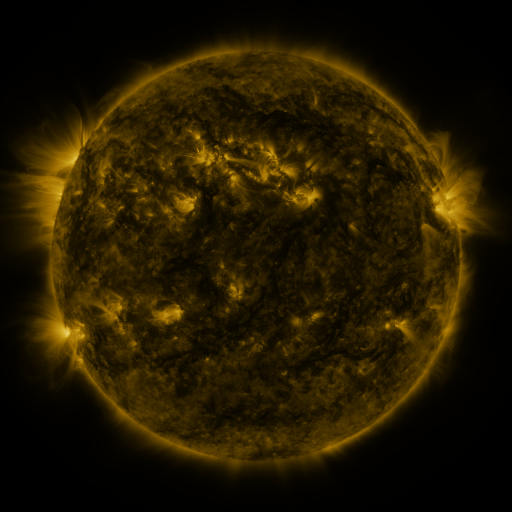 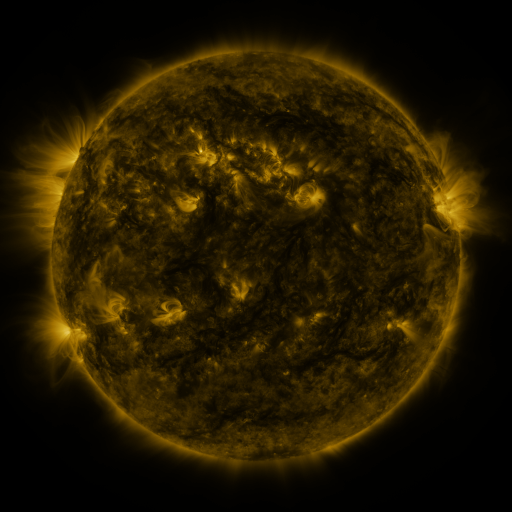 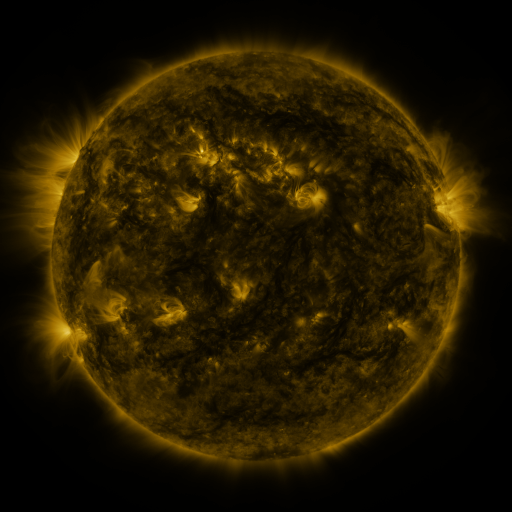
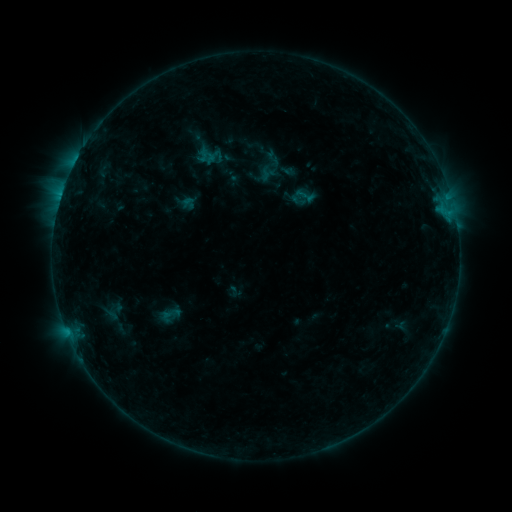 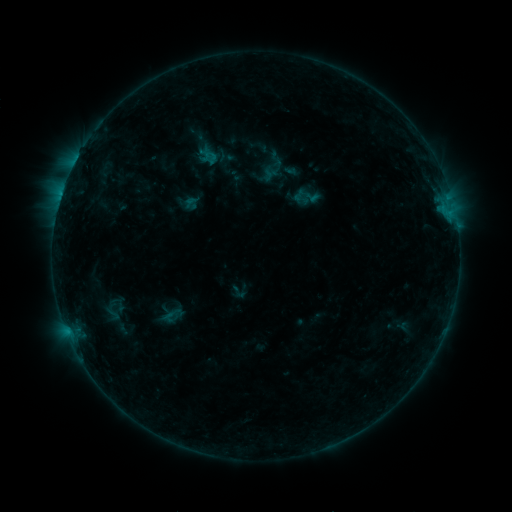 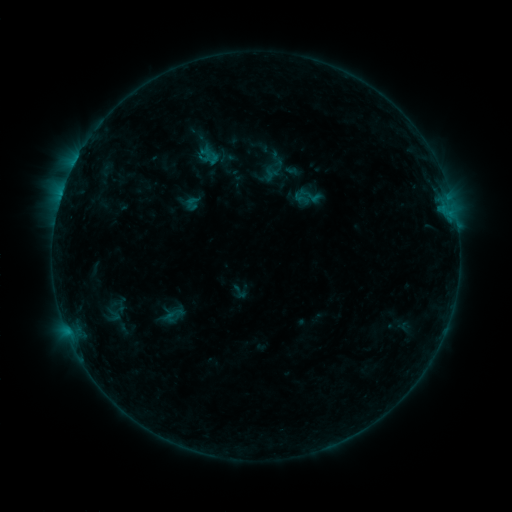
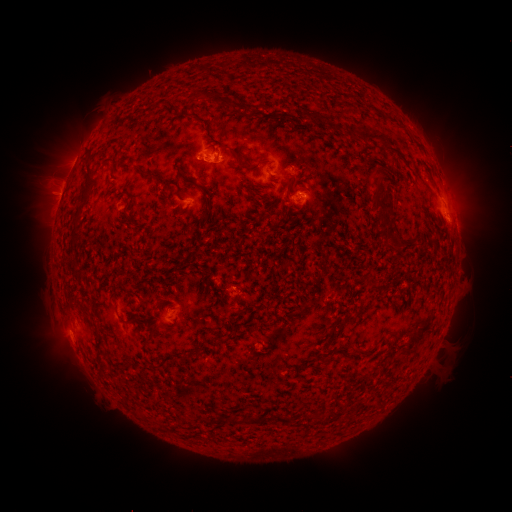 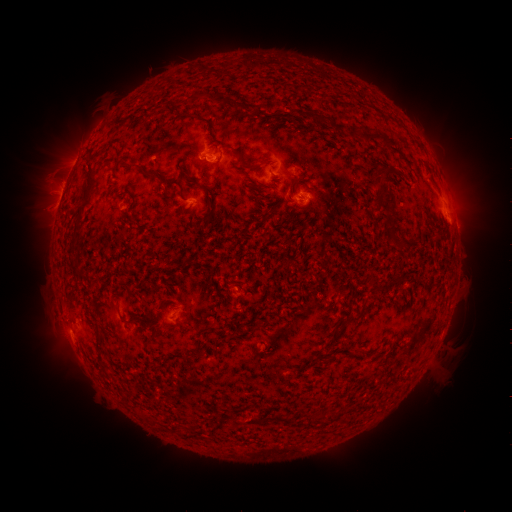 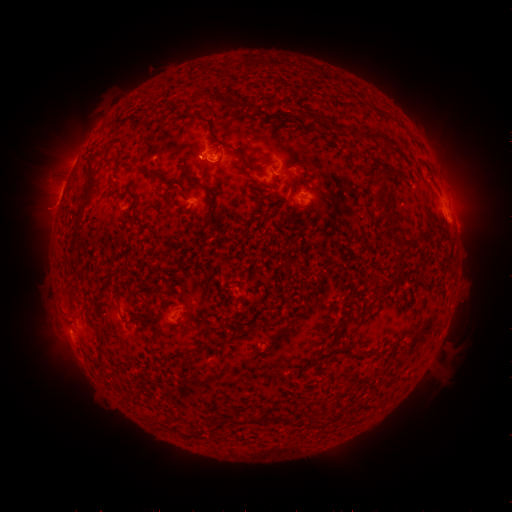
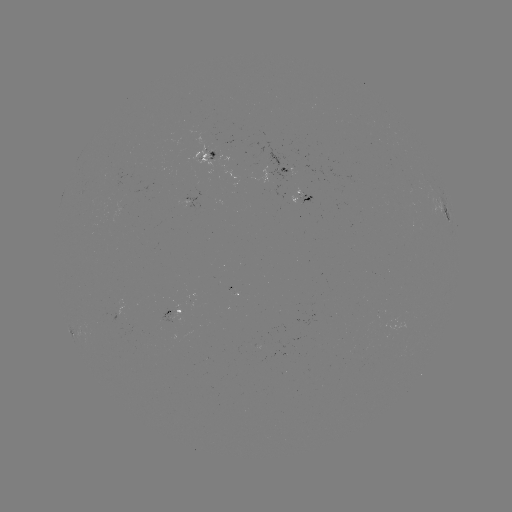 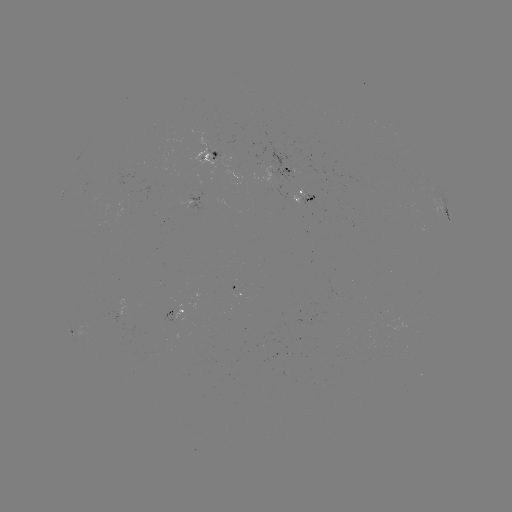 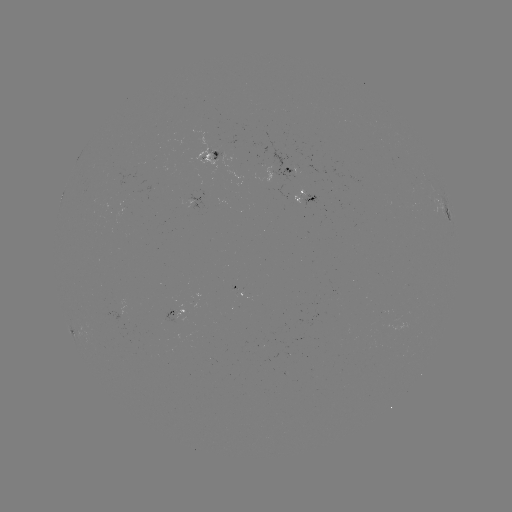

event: emerging-flux region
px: (289, 169)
